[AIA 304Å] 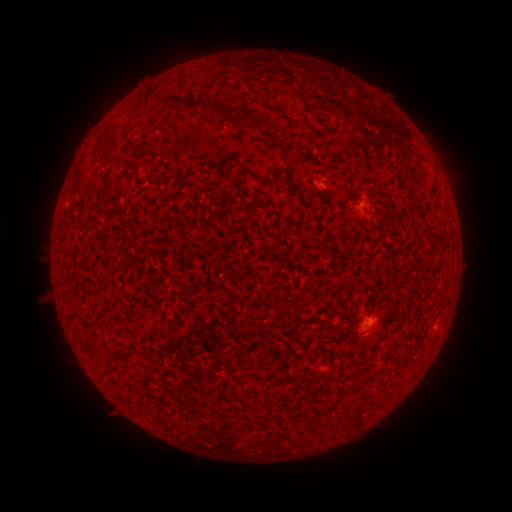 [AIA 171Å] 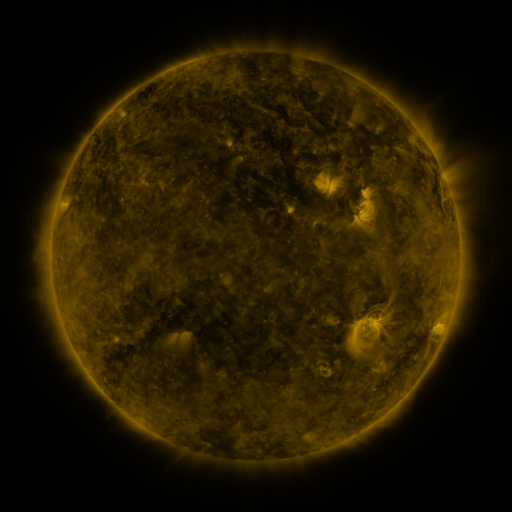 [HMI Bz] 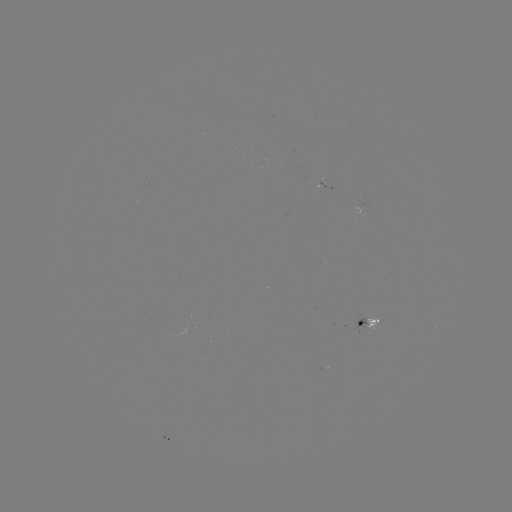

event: spotted active region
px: (341, 347)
